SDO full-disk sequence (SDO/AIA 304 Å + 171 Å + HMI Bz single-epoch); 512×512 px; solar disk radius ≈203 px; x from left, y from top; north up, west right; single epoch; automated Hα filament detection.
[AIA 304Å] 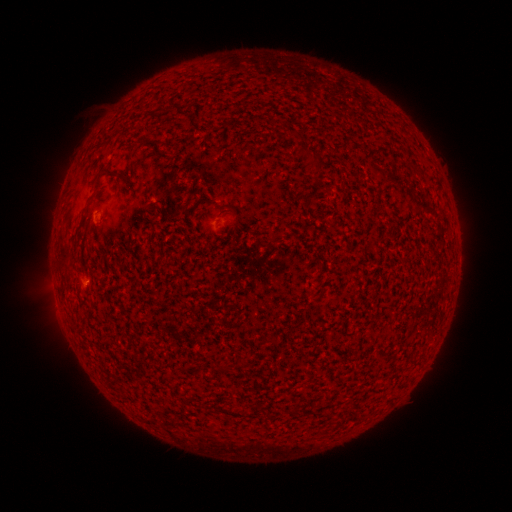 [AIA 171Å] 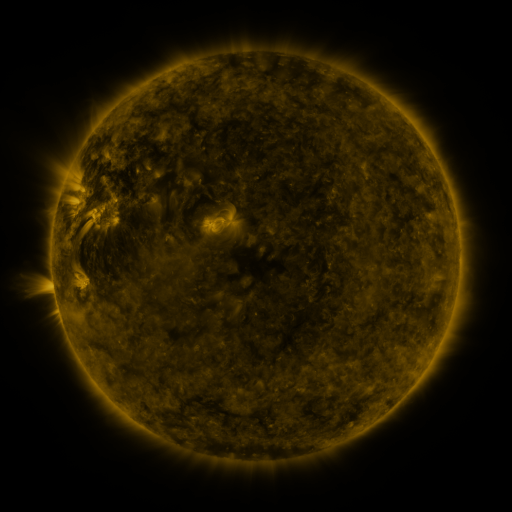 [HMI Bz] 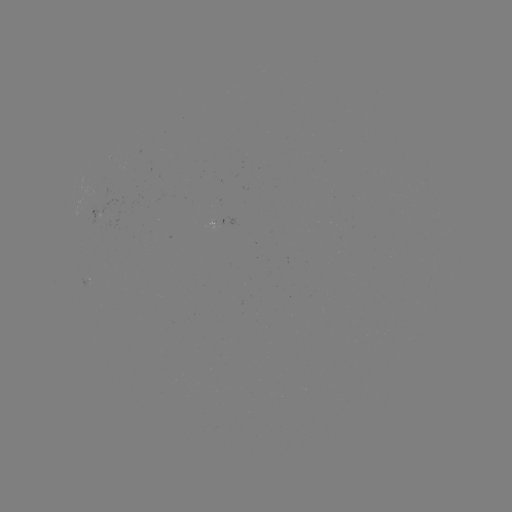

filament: <bbox>100, 165, 111, 177</bbox>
